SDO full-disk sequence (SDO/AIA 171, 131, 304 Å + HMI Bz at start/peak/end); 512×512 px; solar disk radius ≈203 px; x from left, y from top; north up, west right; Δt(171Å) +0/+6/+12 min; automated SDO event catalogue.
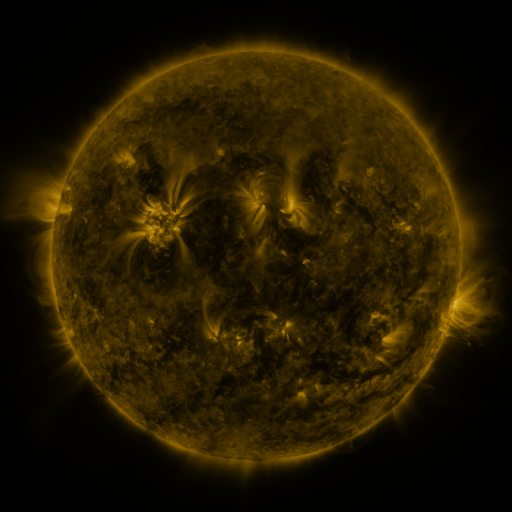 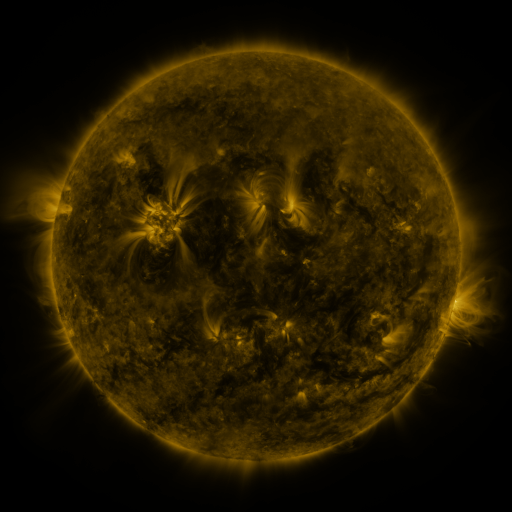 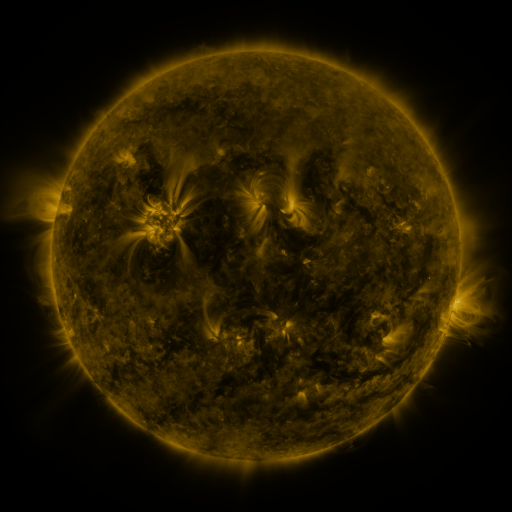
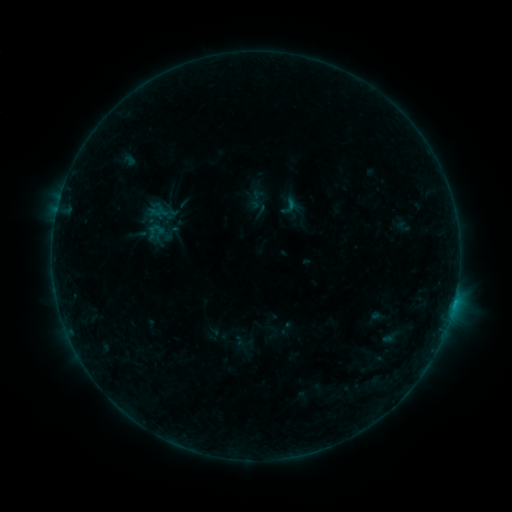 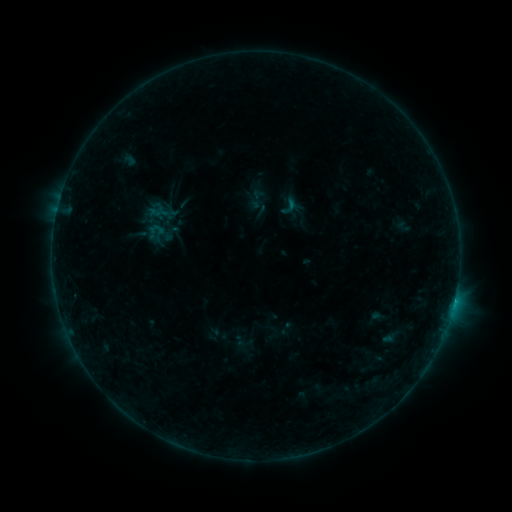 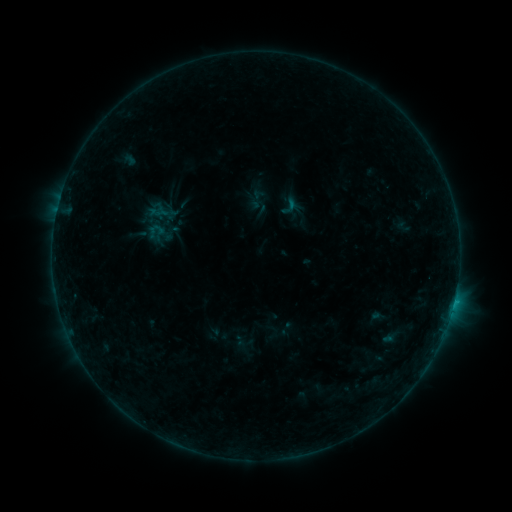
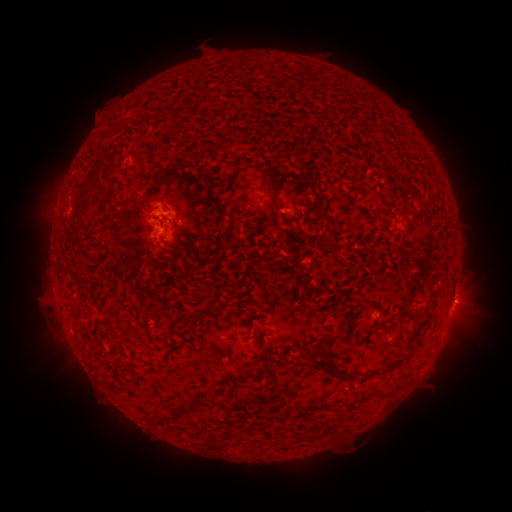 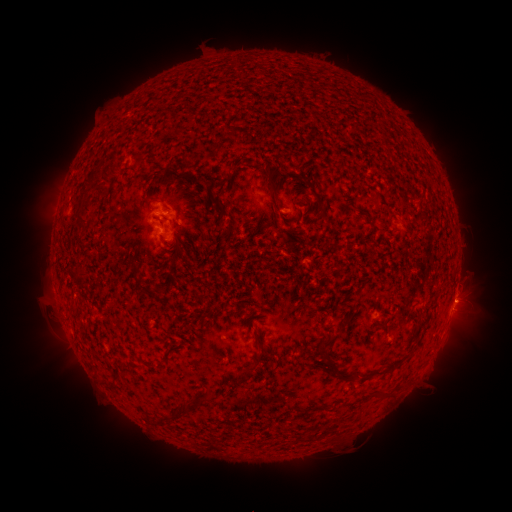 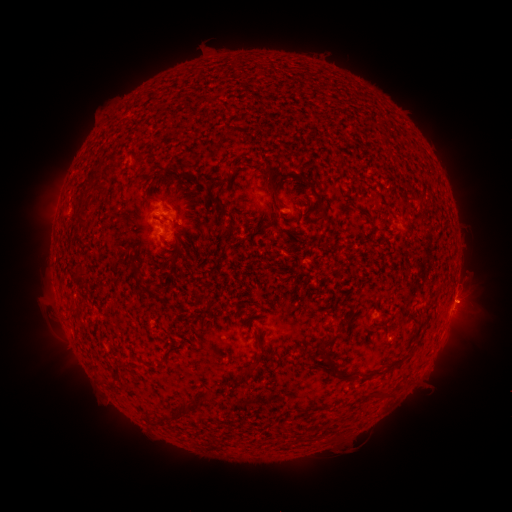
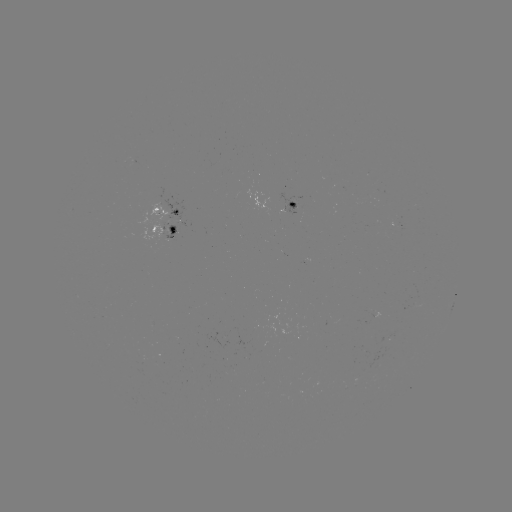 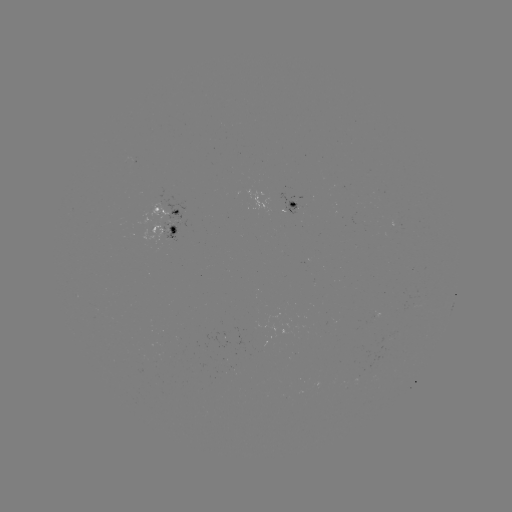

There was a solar flare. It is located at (453, 301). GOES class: B4.4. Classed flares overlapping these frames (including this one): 1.